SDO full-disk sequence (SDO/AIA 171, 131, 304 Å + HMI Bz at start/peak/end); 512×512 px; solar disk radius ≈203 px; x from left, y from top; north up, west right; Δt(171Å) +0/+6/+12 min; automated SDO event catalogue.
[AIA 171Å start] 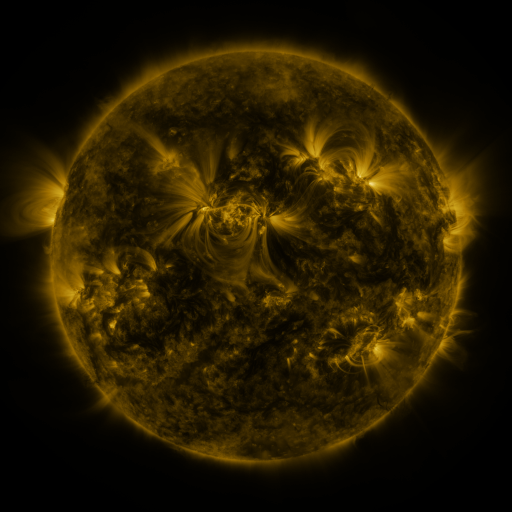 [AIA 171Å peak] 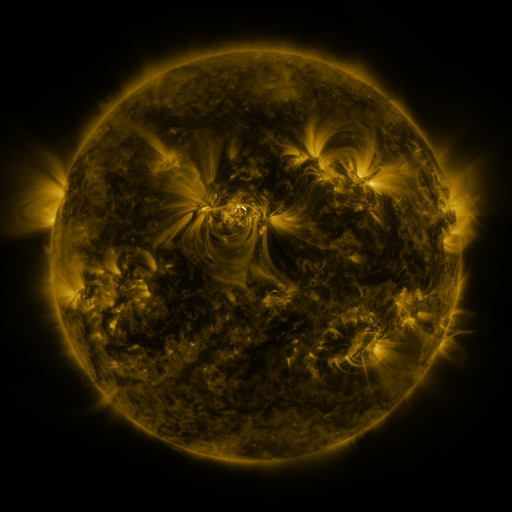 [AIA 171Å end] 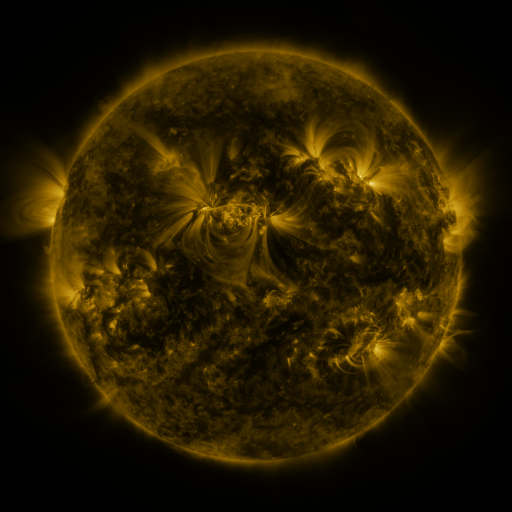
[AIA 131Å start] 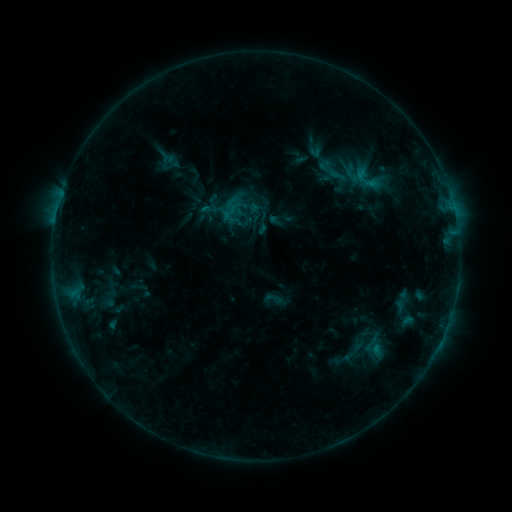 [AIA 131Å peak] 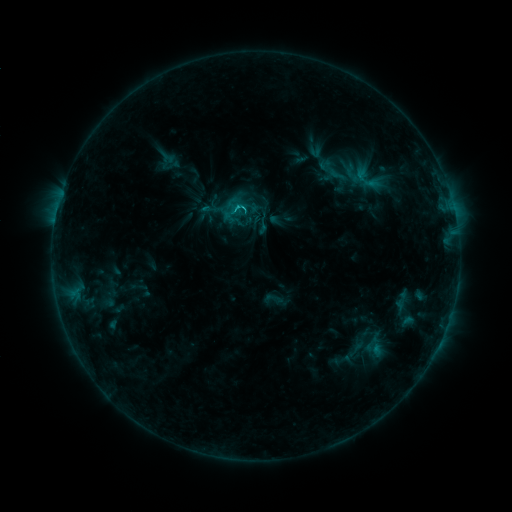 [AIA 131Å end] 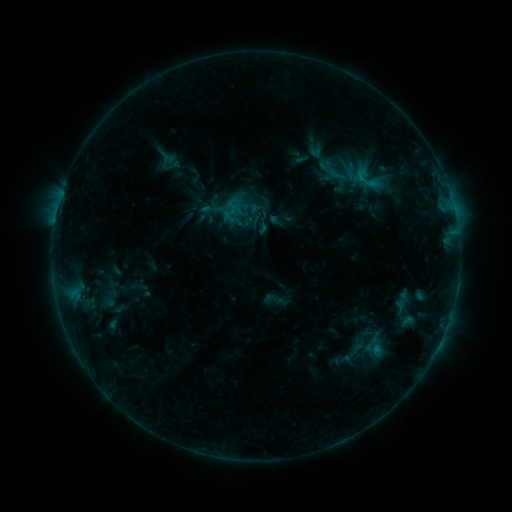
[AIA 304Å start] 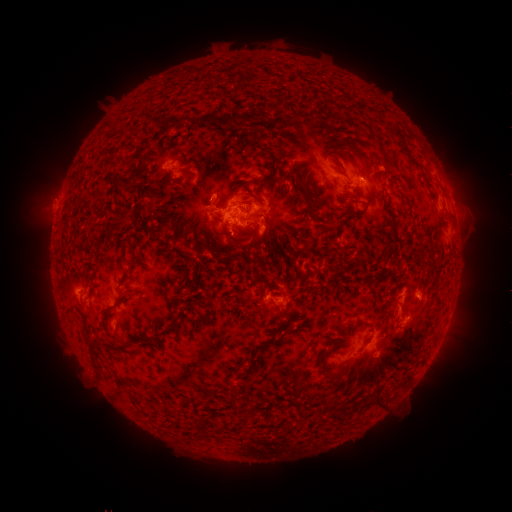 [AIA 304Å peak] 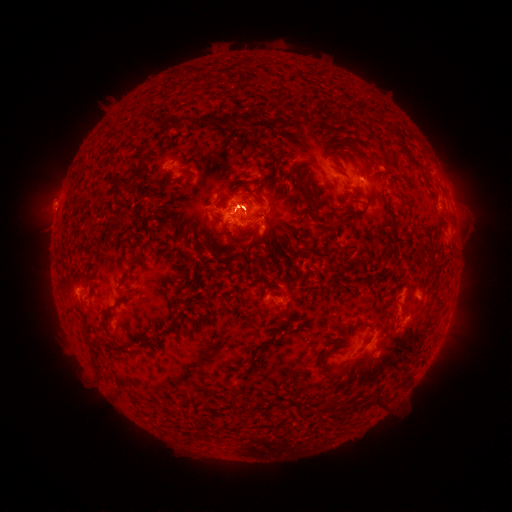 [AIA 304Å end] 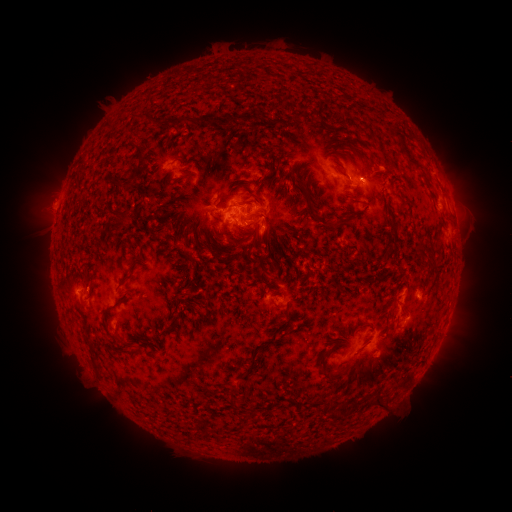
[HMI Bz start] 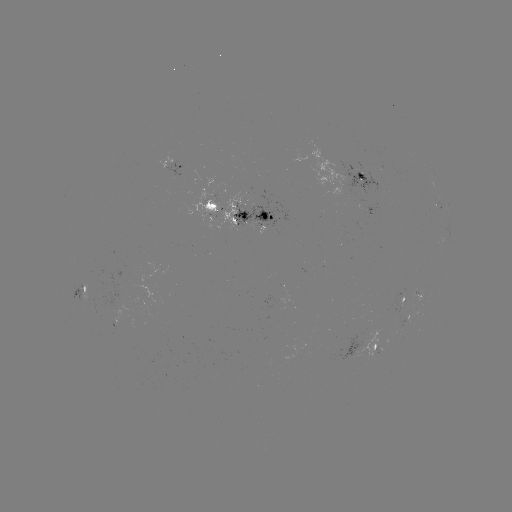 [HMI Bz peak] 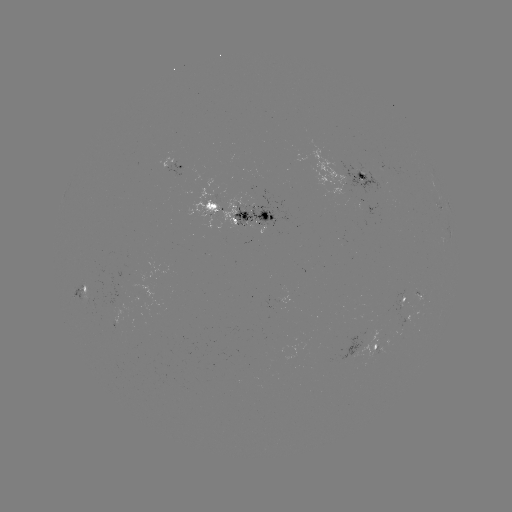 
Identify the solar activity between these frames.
C1.8 flare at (238, 208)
